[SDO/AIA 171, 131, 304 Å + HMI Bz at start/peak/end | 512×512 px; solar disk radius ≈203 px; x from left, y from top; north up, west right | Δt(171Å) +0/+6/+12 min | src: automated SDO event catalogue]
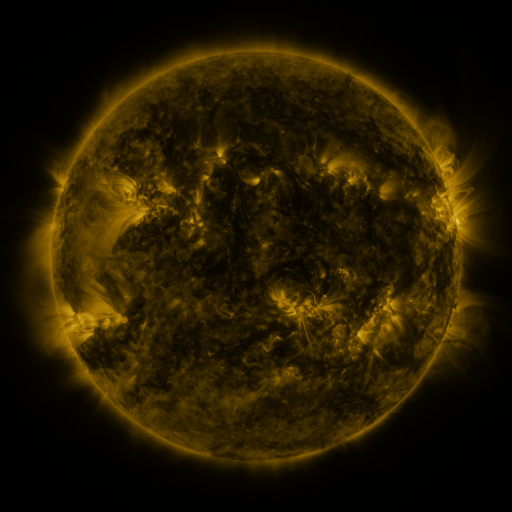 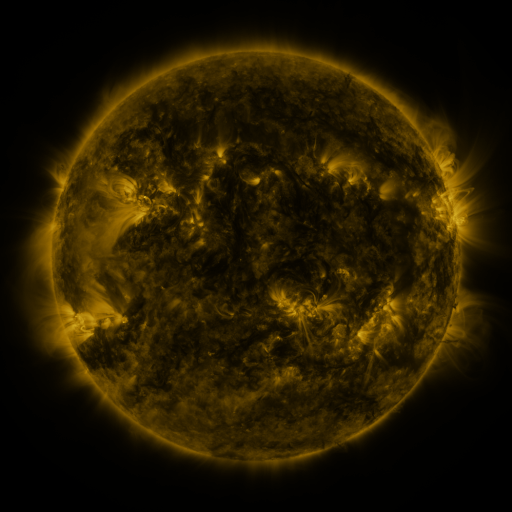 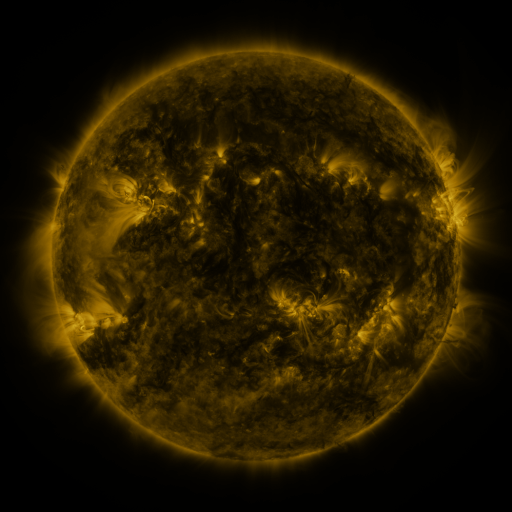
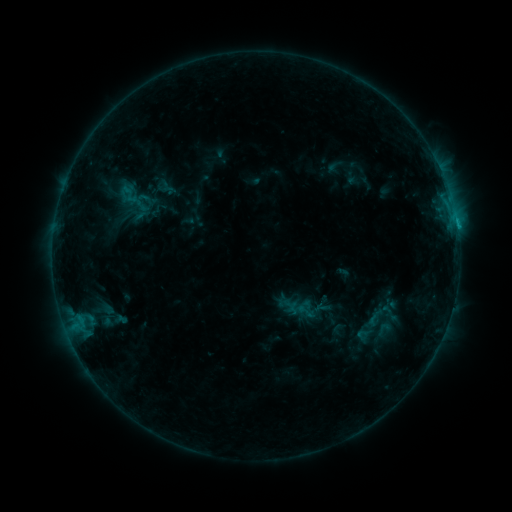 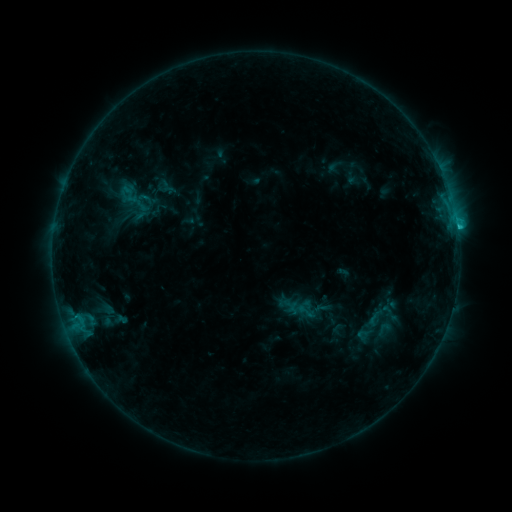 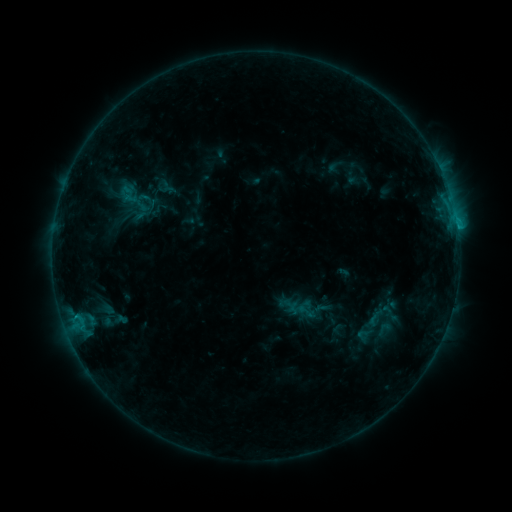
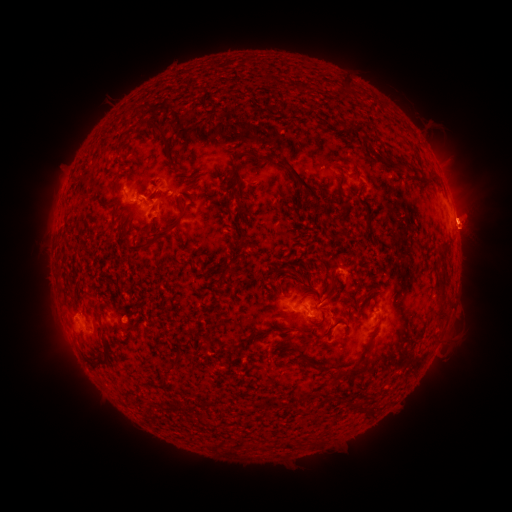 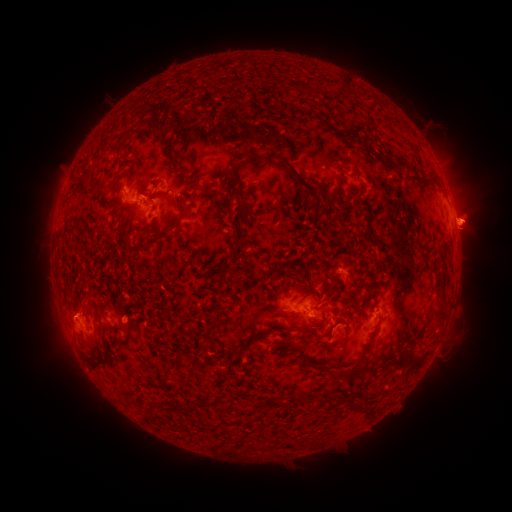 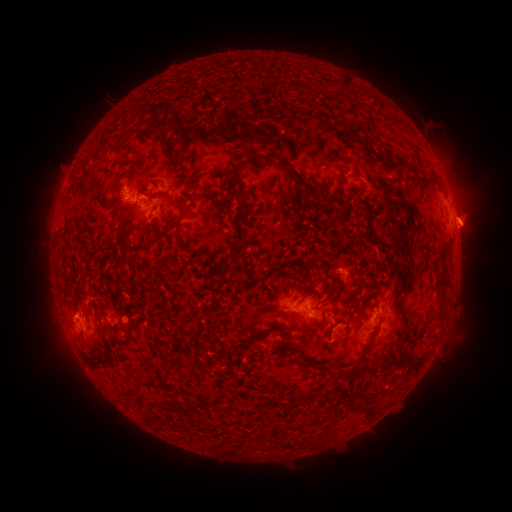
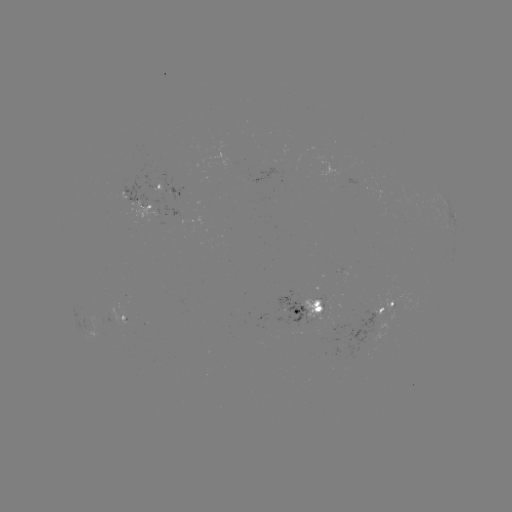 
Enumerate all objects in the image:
C1.1 flare: (457, 227)
